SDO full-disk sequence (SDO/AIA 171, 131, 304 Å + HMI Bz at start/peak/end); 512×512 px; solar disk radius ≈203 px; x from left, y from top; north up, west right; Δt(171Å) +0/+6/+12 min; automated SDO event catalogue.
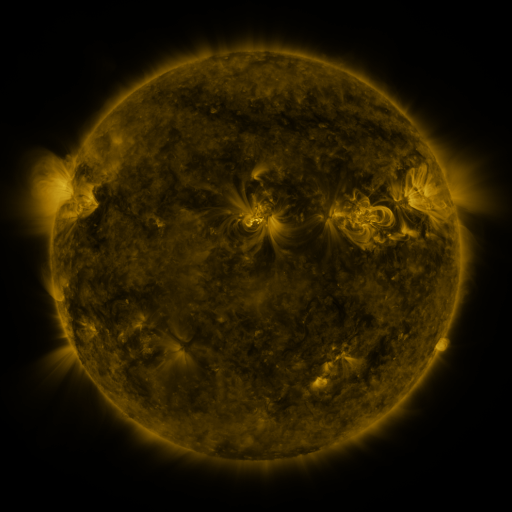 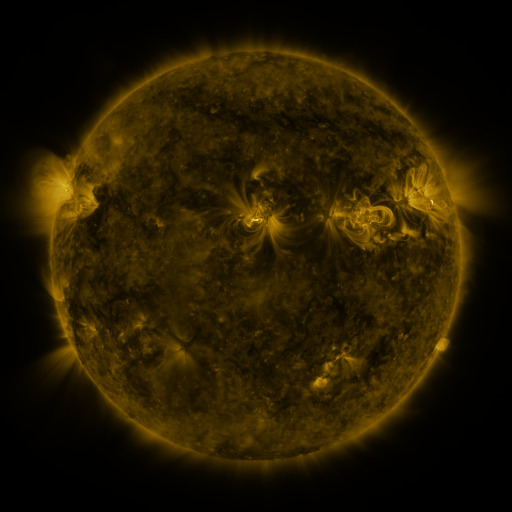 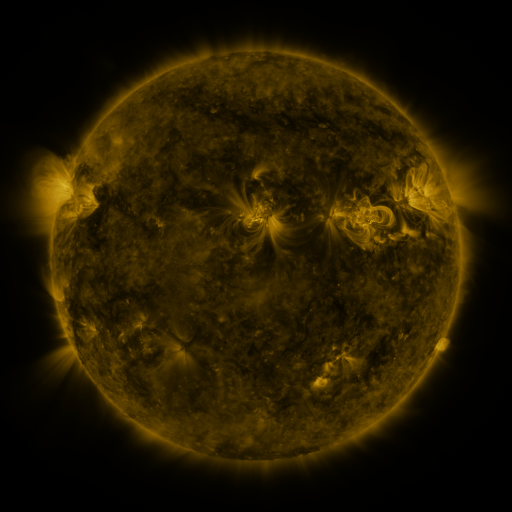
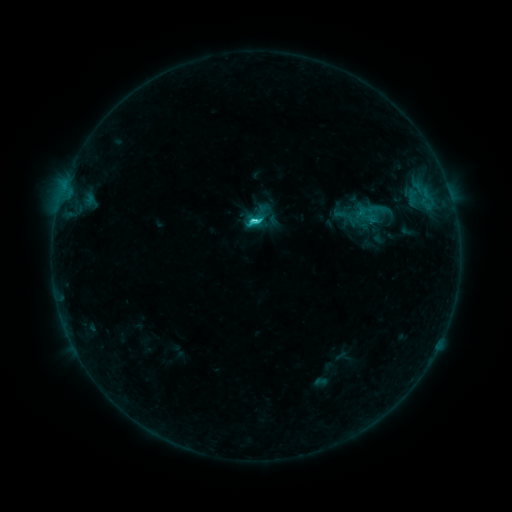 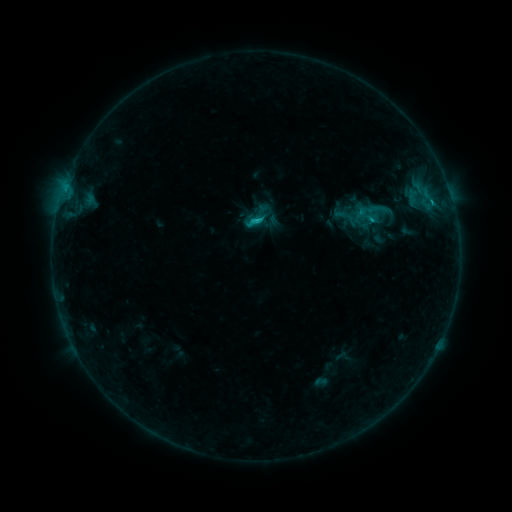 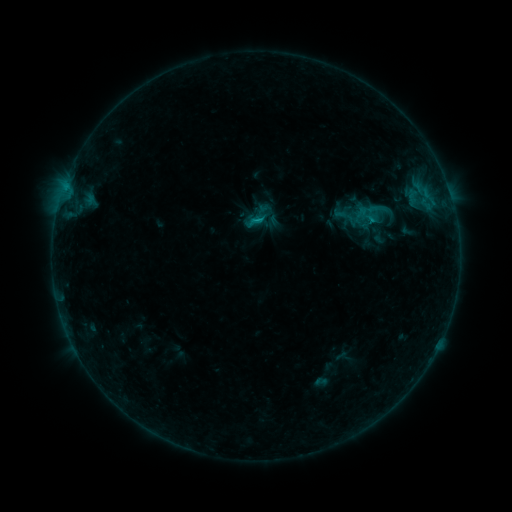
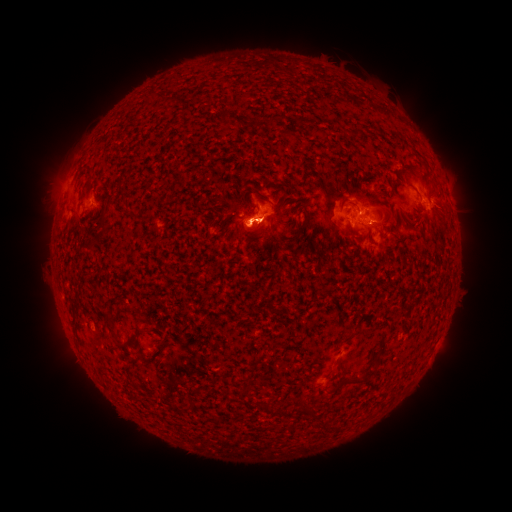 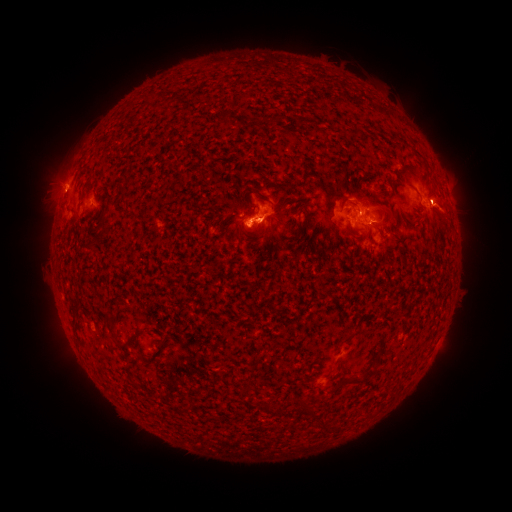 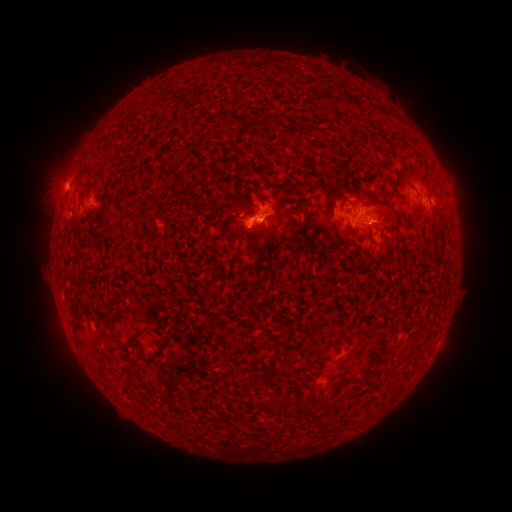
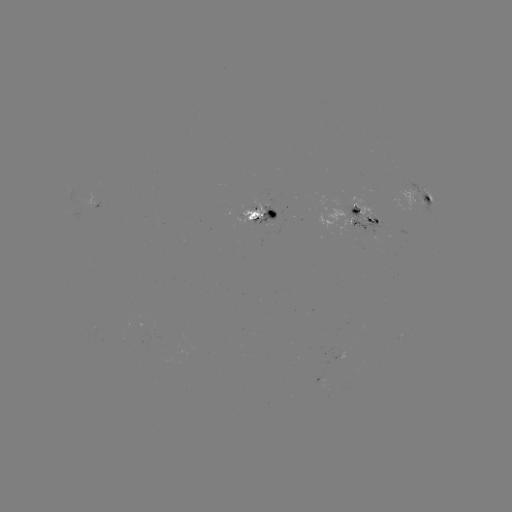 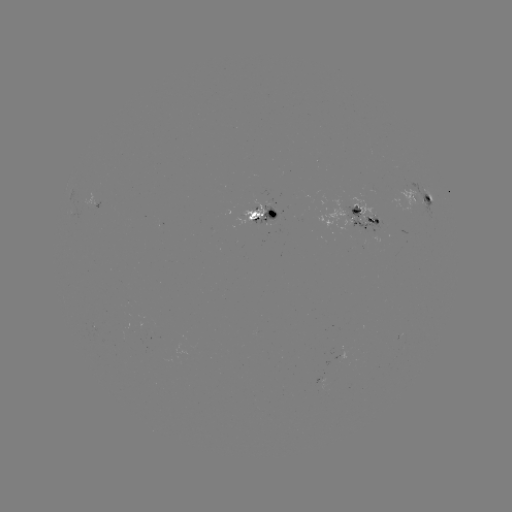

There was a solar eruption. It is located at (449, 209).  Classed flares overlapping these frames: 1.